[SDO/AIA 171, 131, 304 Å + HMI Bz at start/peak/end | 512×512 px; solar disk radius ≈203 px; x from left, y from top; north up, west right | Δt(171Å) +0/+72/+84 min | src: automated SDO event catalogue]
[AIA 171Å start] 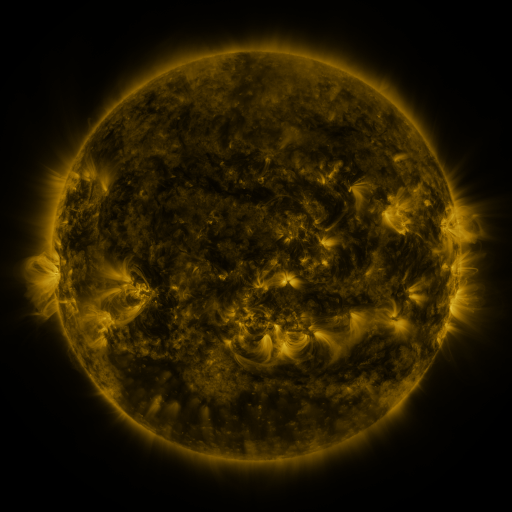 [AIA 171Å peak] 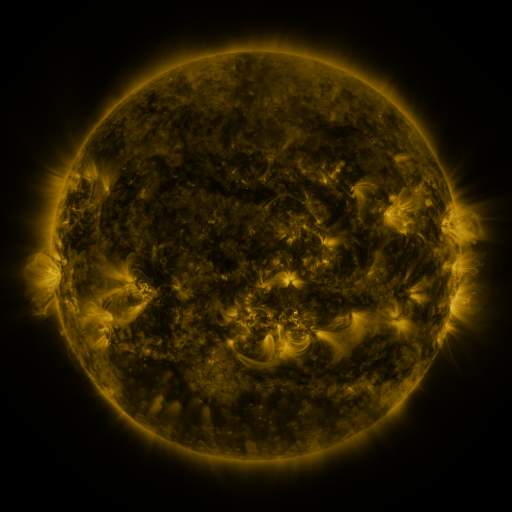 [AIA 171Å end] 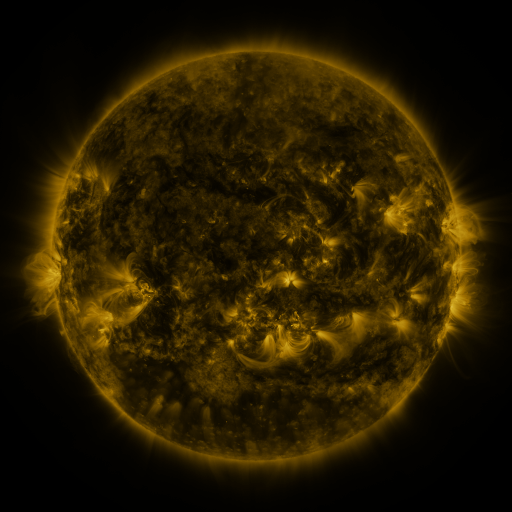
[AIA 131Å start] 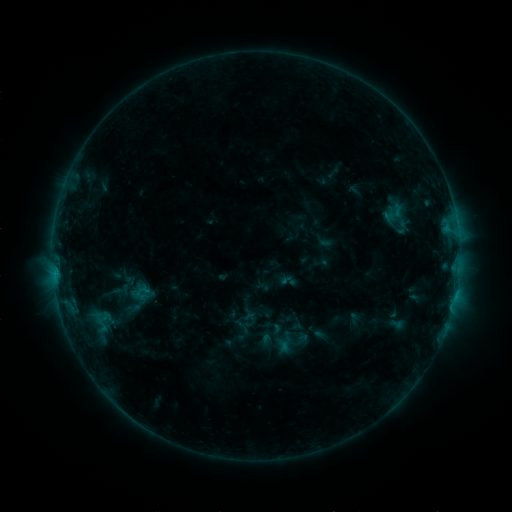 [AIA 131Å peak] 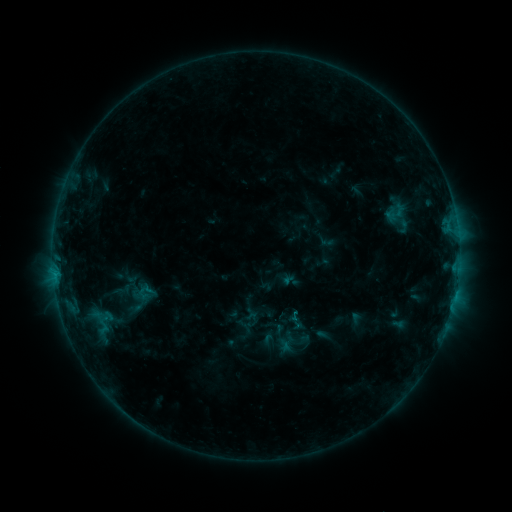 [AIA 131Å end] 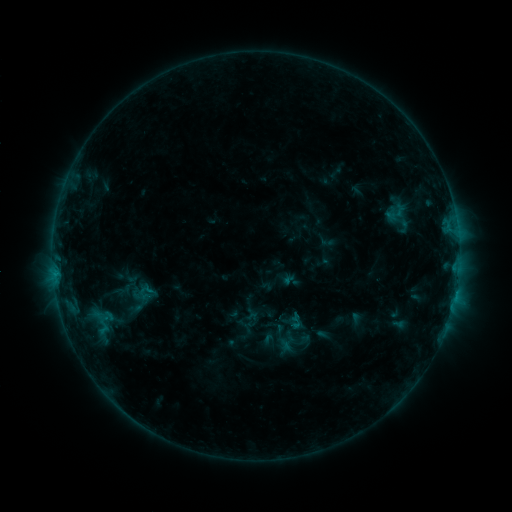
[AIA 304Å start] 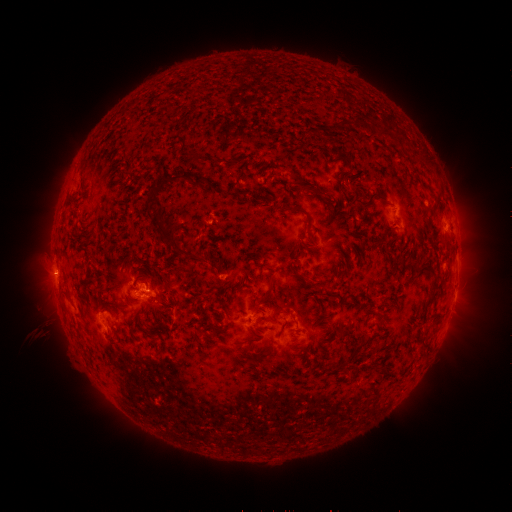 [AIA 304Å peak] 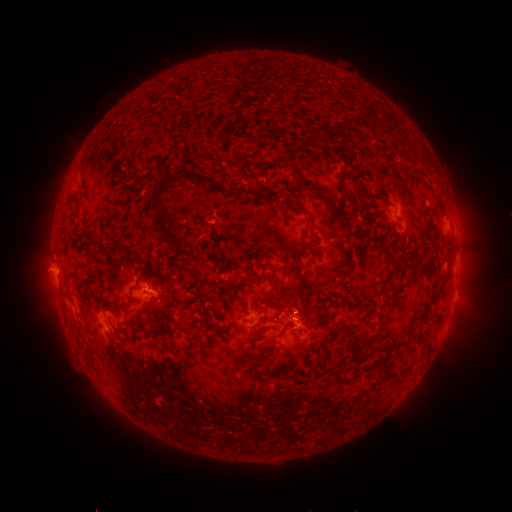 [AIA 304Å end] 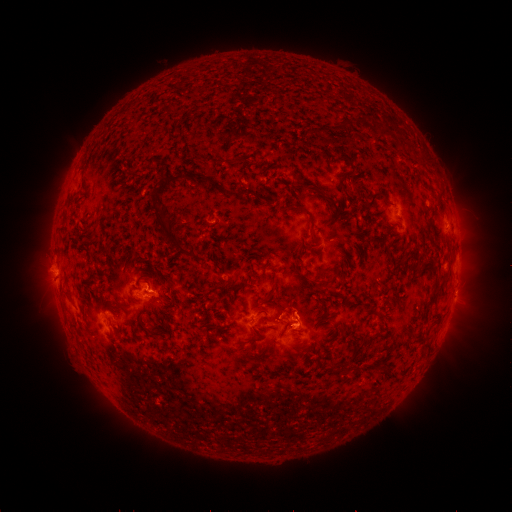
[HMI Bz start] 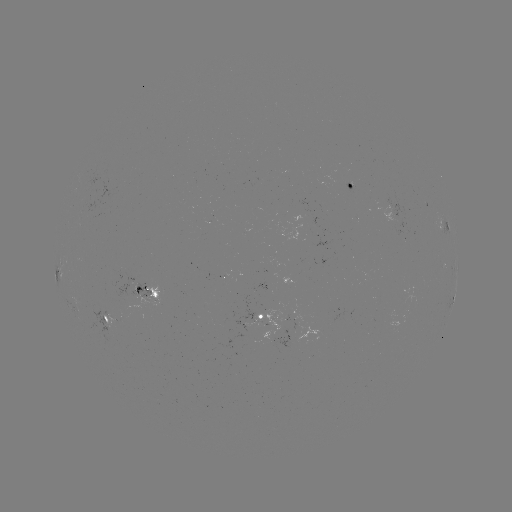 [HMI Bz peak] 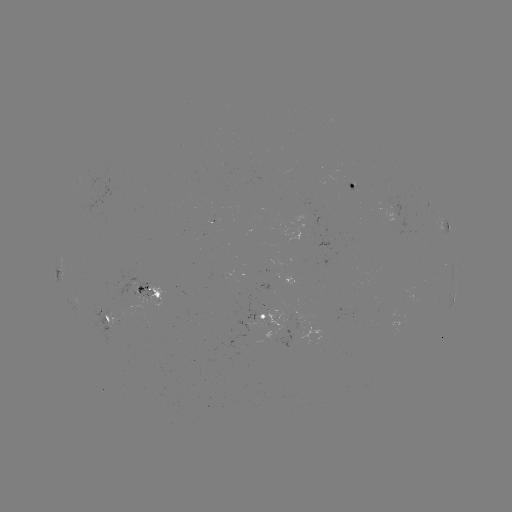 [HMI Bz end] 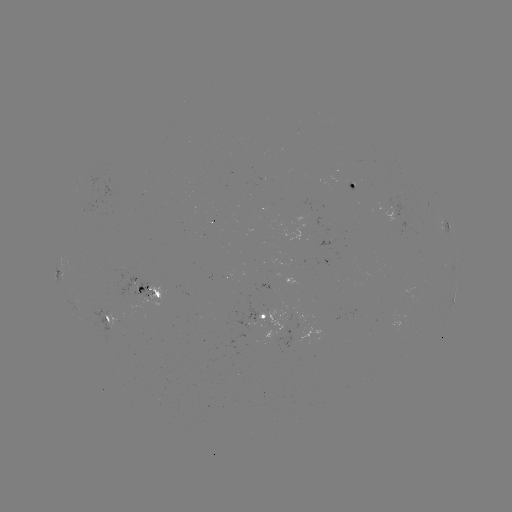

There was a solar emerging-flux region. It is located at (390, 210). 